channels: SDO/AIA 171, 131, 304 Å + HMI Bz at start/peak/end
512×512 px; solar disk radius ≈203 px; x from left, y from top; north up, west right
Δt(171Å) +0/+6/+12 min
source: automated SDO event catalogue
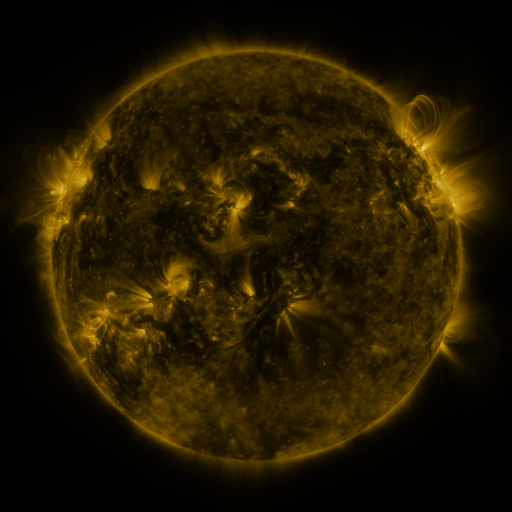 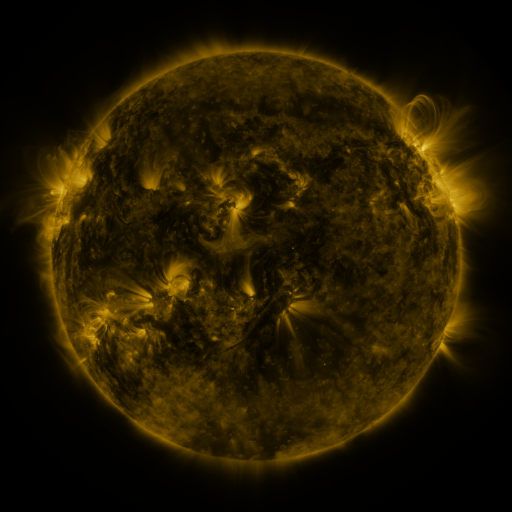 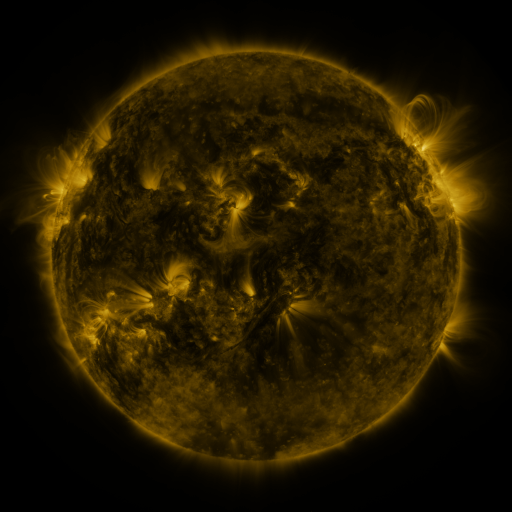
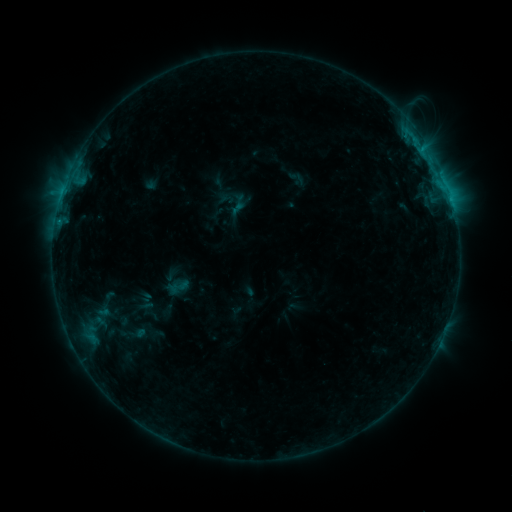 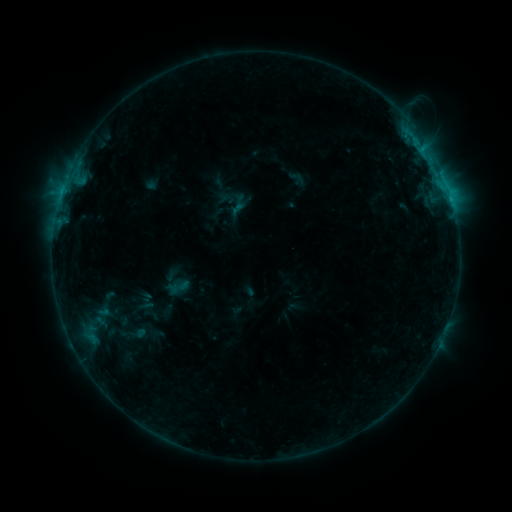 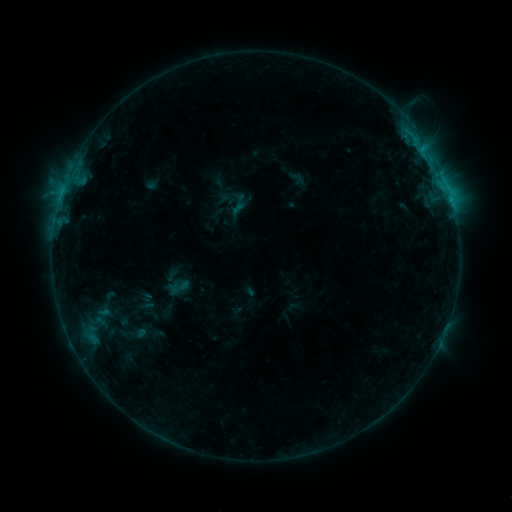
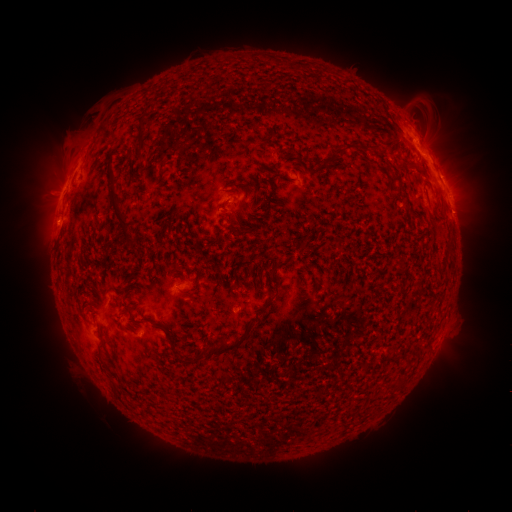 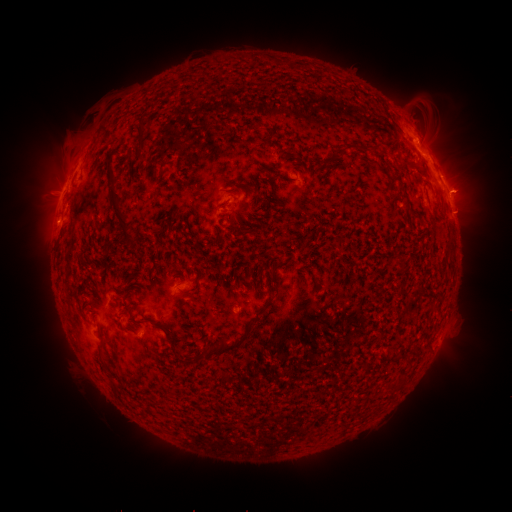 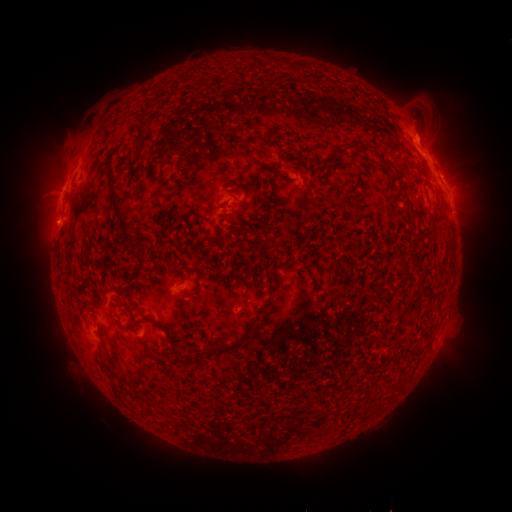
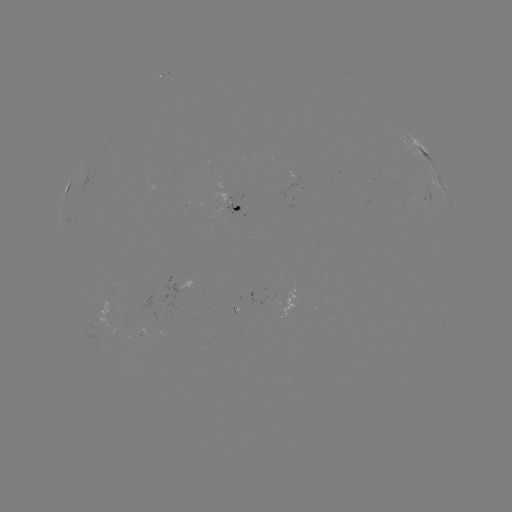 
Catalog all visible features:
eruption: (467, 190)
